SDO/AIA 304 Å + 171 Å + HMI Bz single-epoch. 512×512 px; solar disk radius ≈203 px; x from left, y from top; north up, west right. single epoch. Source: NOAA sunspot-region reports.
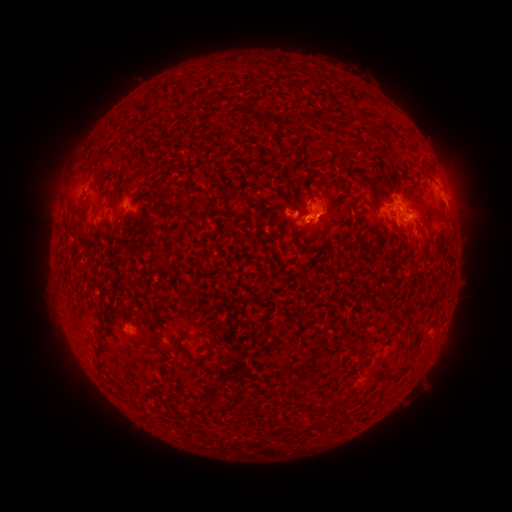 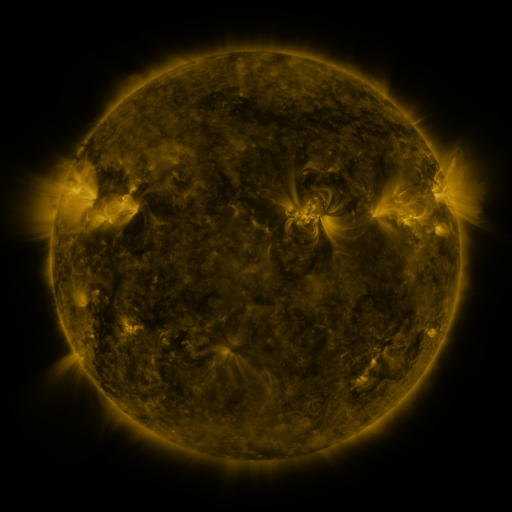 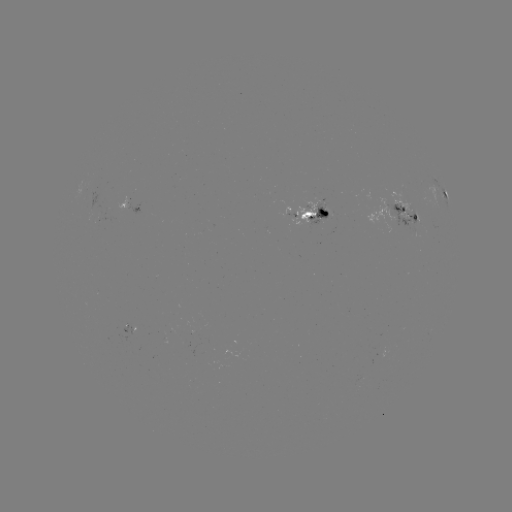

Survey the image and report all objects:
spotted active region: (444, 194)
spotted active region: (136, 209)
spotted active region: (316, 216)
spotted active region: (404, 217)
